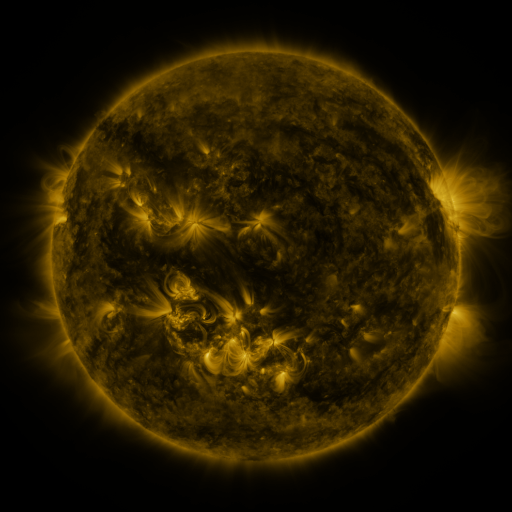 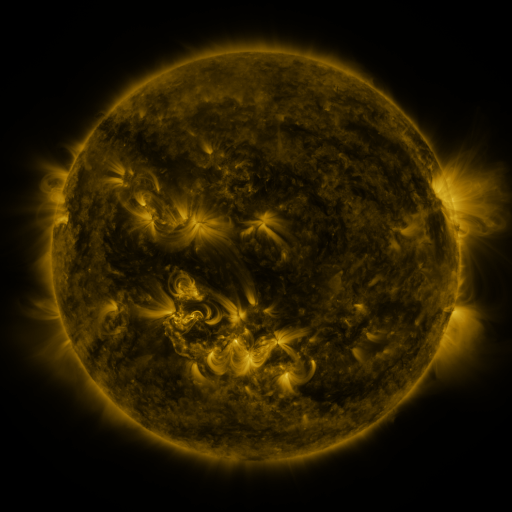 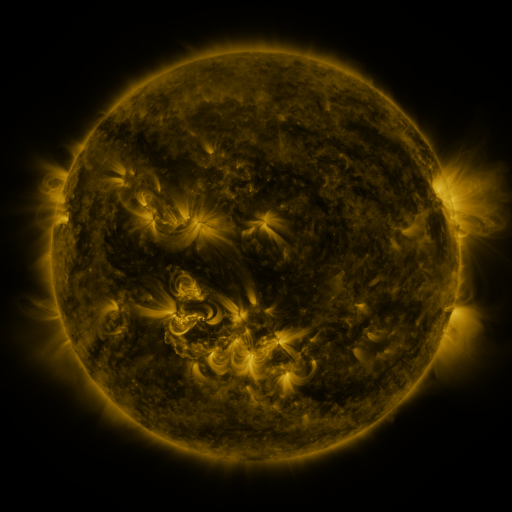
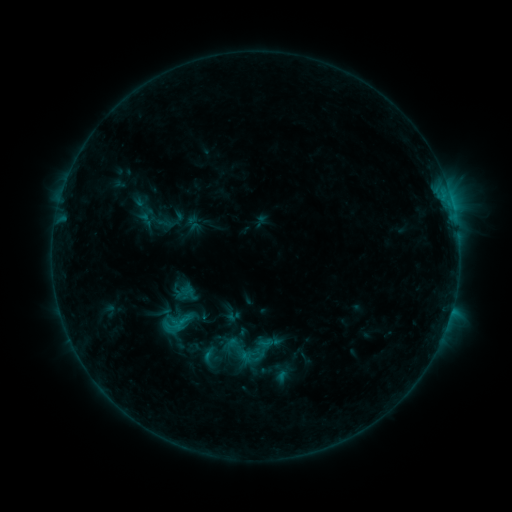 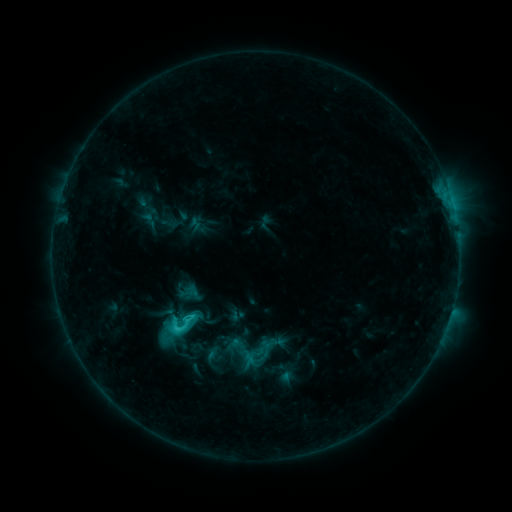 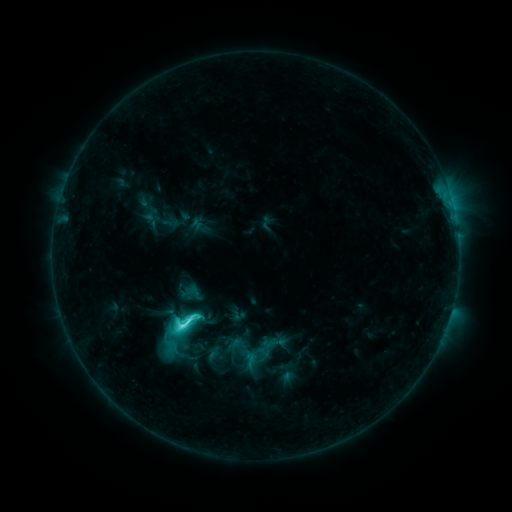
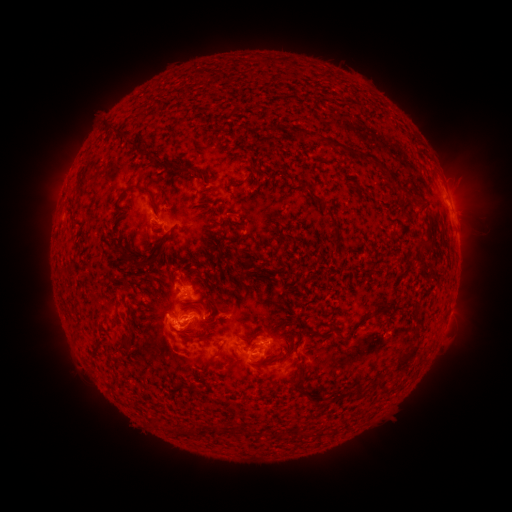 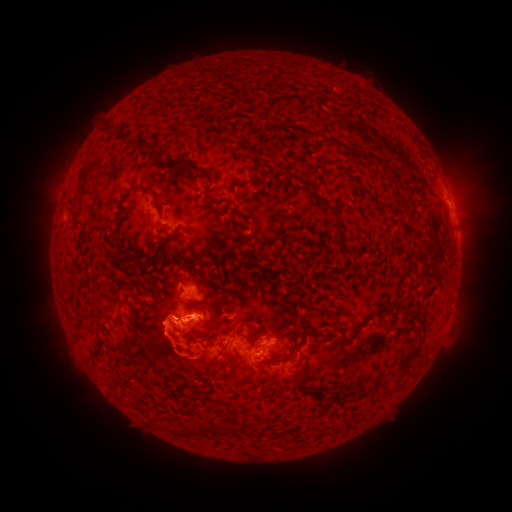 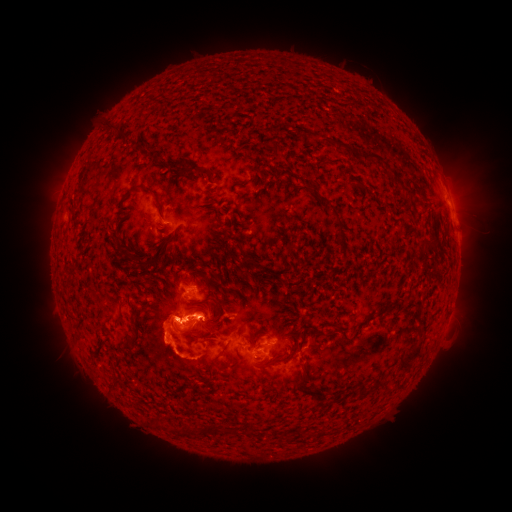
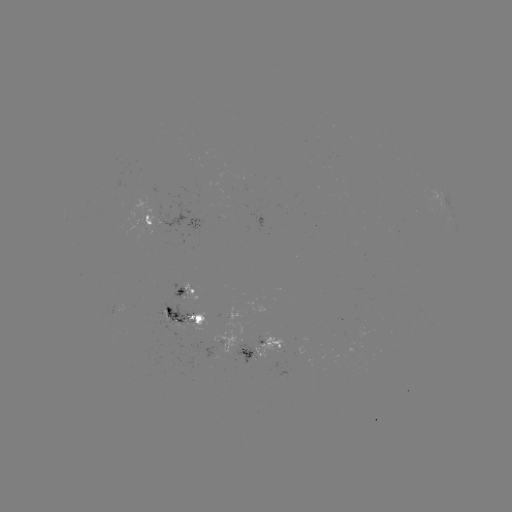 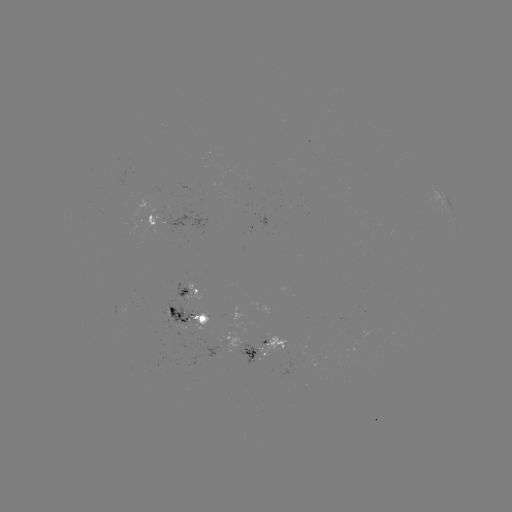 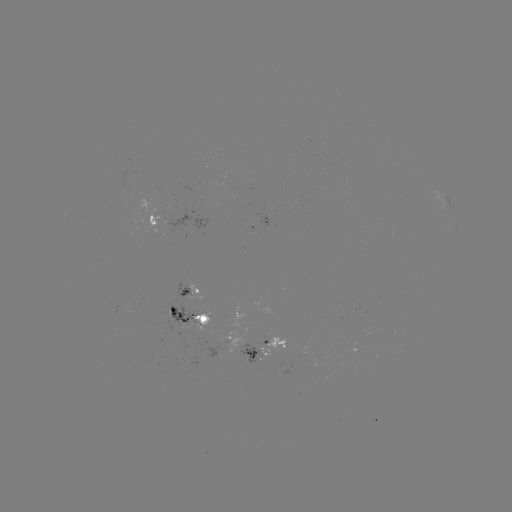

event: emerging-flux region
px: (265, 335)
